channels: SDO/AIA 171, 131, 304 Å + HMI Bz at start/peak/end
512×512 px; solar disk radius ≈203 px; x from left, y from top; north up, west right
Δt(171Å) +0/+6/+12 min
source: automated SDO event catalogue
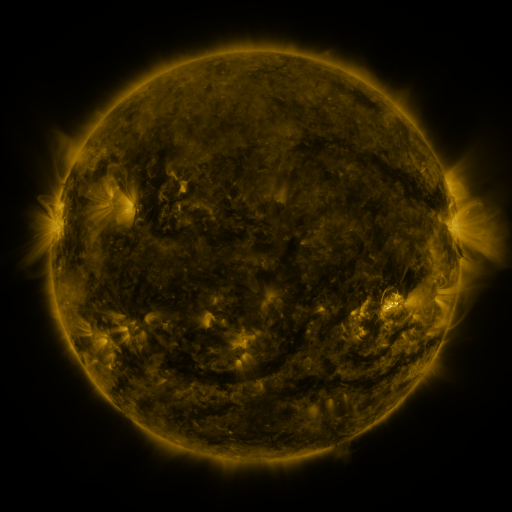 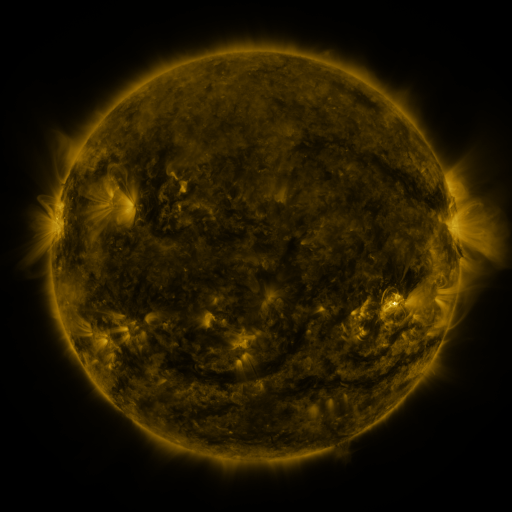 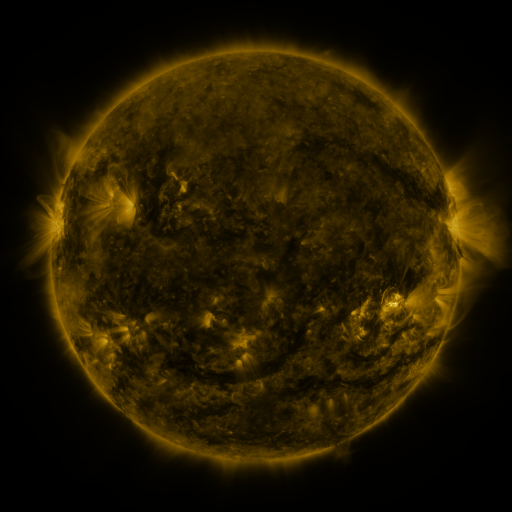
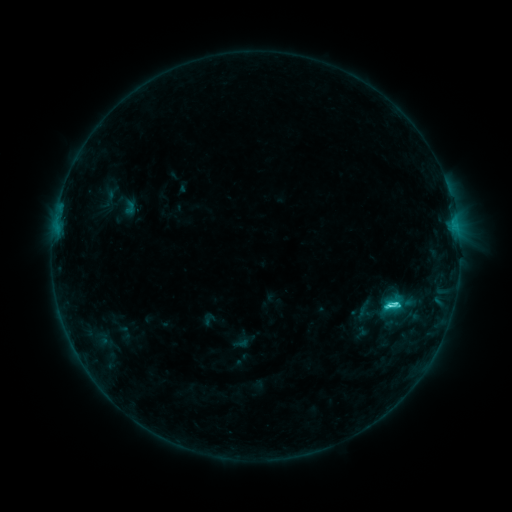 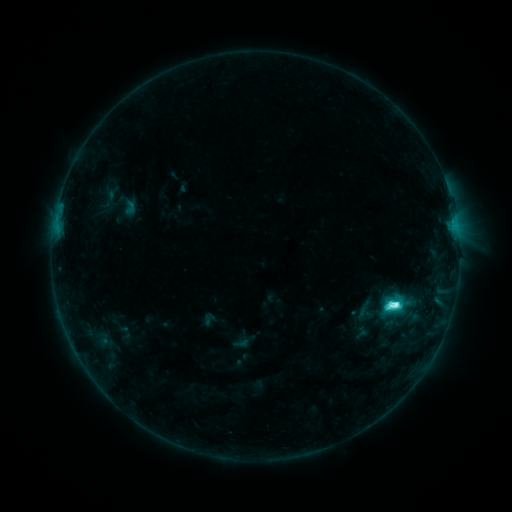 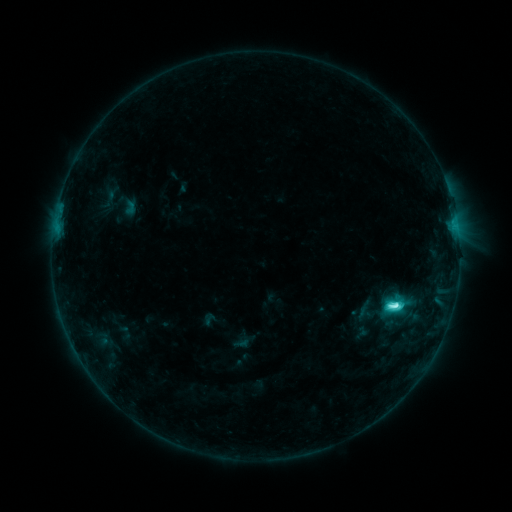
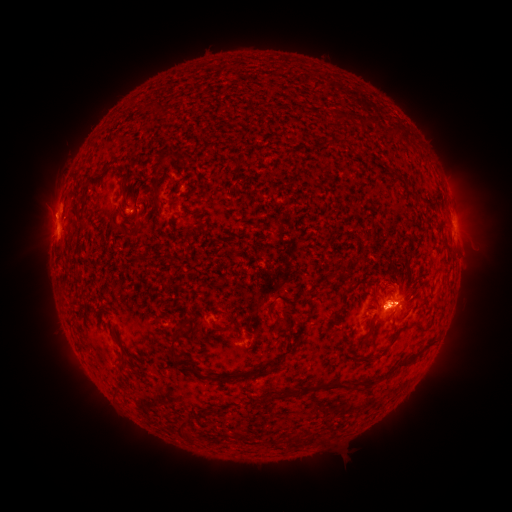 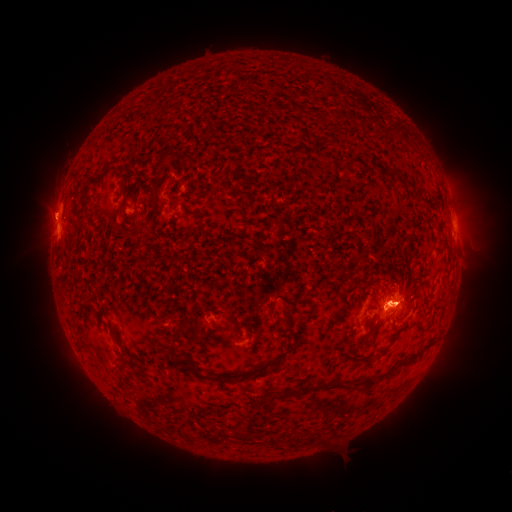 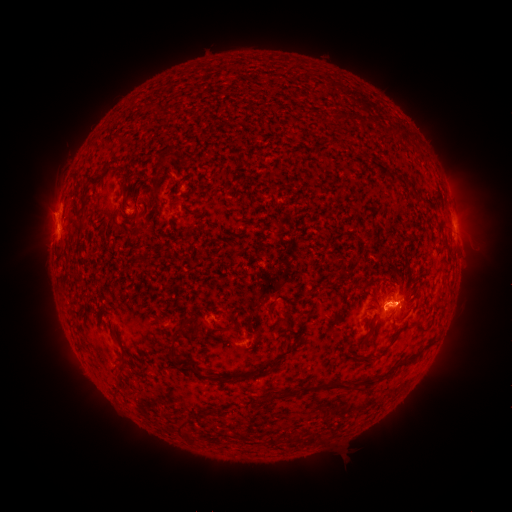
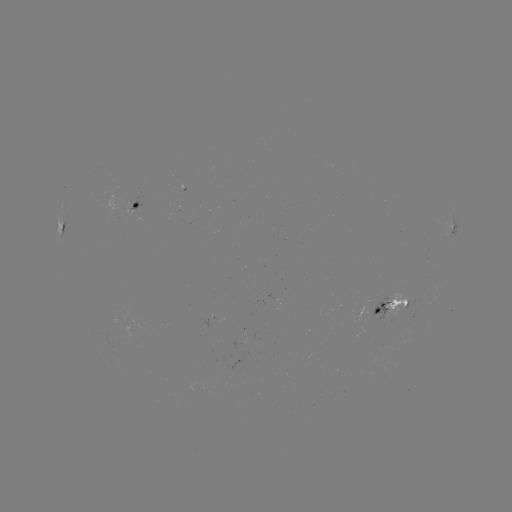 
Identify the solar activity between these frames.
eruption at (490, 214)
